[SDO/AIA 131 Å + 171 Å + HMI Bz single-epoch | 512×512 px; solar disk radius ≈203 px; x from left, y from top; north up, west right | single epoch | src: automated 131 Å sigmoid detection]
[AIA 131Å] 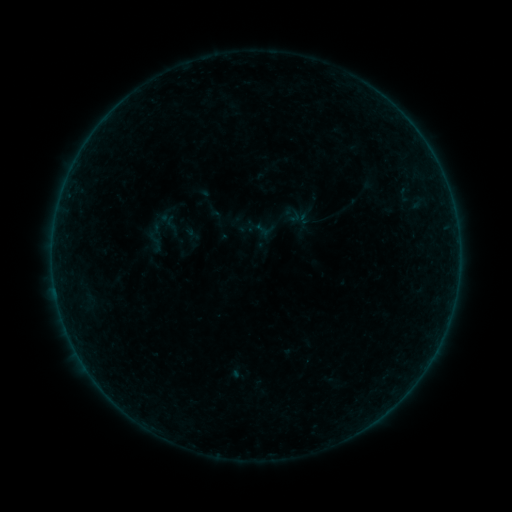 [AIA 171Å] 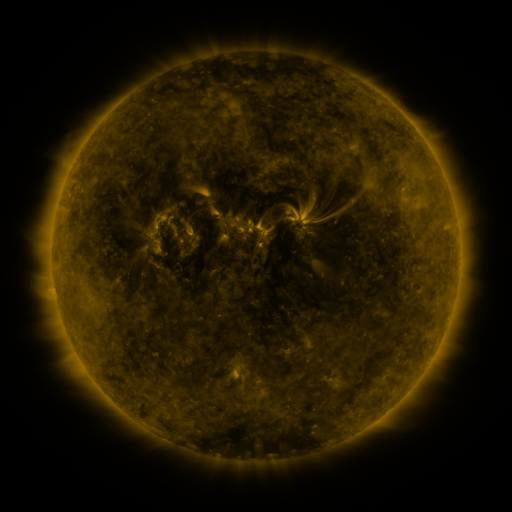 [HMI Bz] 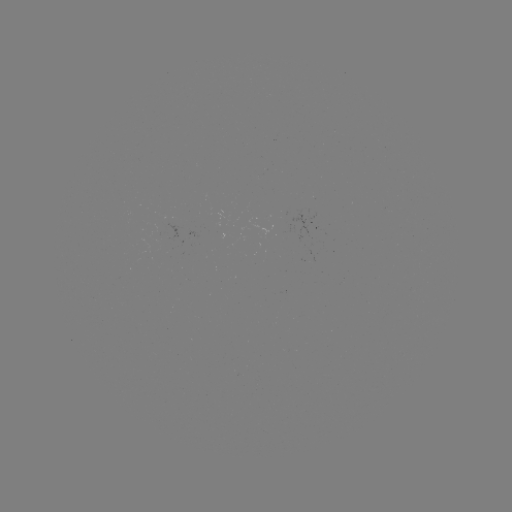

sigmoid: (161, 214, 183, 236)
